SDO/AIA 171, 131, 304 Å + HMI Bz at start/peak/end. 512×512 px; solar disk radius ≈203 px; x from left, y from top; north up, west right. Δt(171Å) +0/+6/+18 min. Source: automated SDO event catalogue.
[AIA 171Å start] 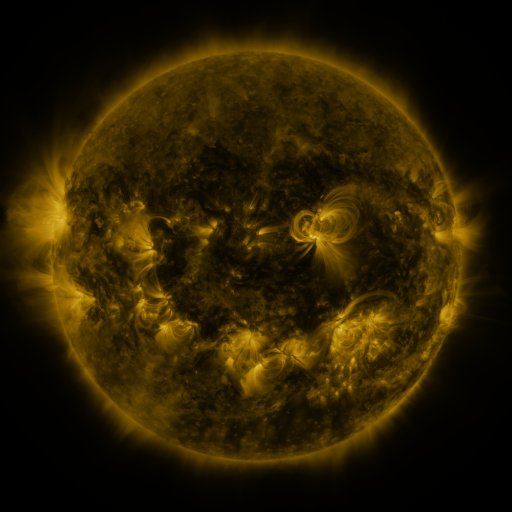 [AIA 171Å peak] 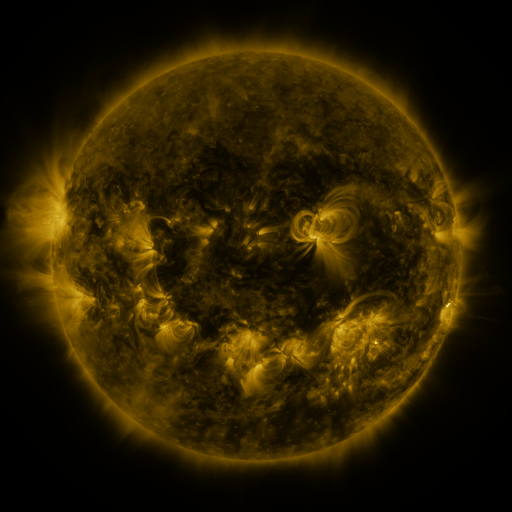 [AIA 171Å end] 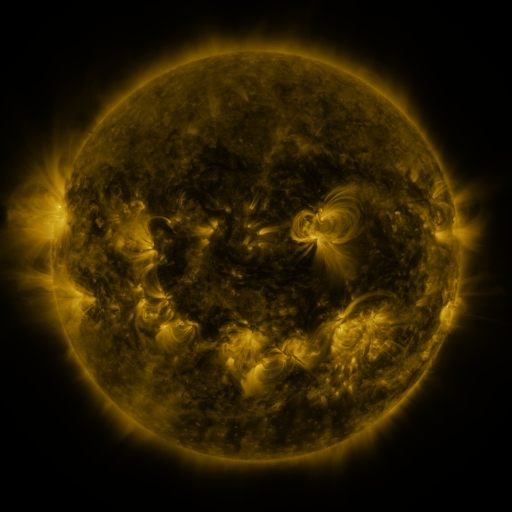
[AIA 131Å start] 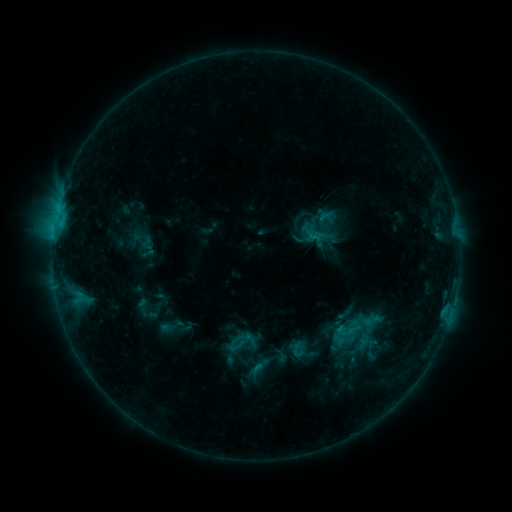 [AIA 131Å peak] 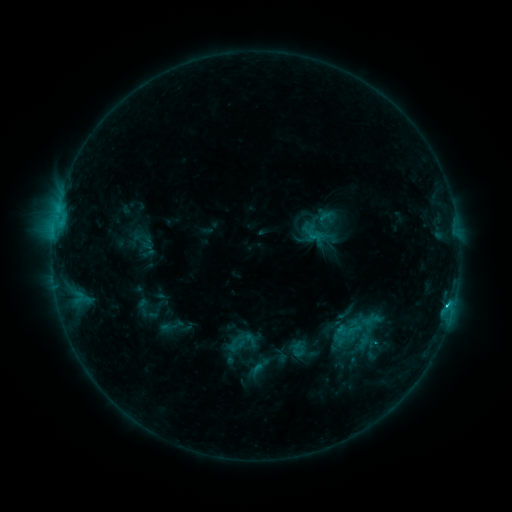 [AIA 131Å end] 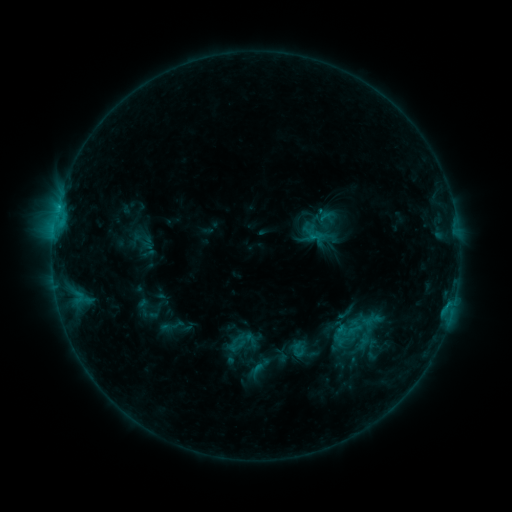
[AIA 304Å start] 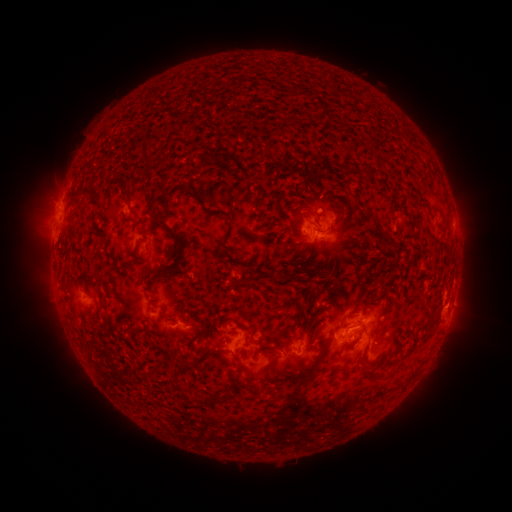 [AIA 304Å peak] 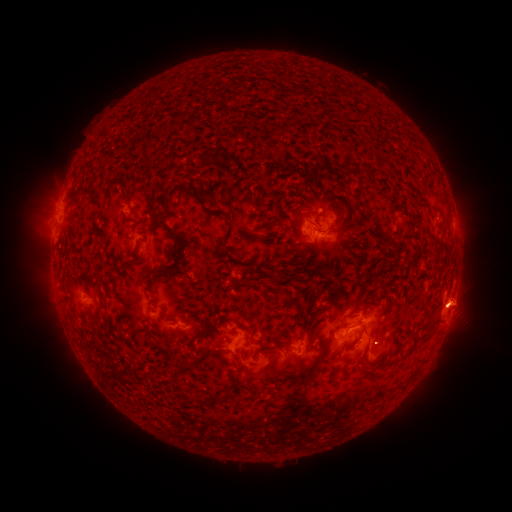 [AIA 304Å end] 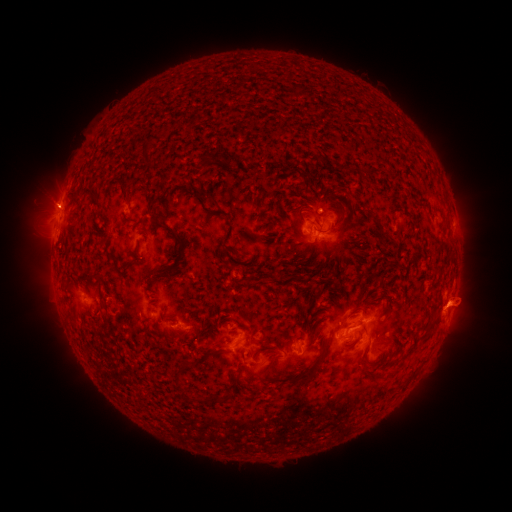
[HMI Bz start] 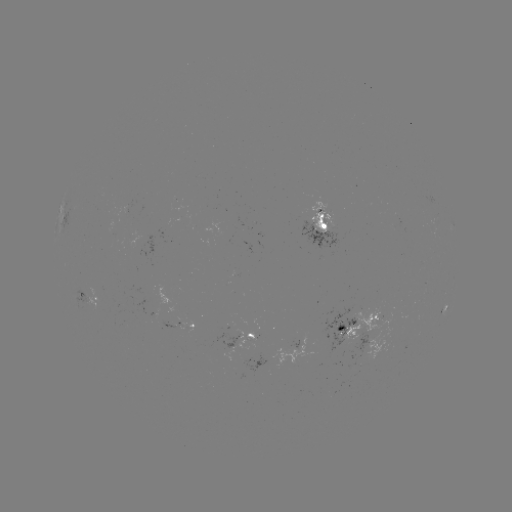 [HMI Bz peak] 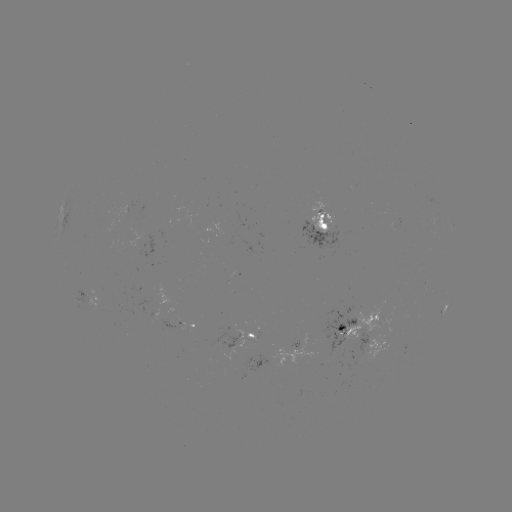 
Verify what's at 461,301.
eruption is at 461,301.